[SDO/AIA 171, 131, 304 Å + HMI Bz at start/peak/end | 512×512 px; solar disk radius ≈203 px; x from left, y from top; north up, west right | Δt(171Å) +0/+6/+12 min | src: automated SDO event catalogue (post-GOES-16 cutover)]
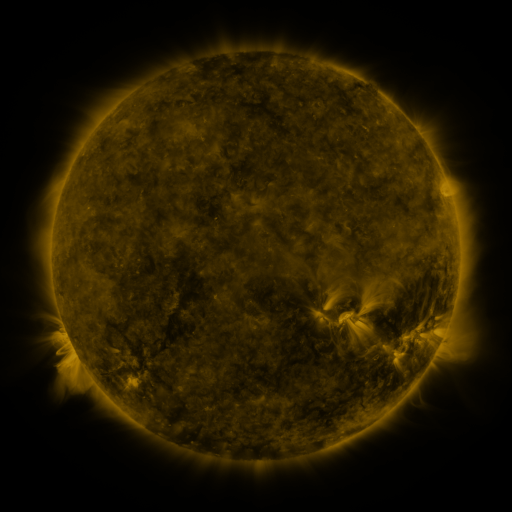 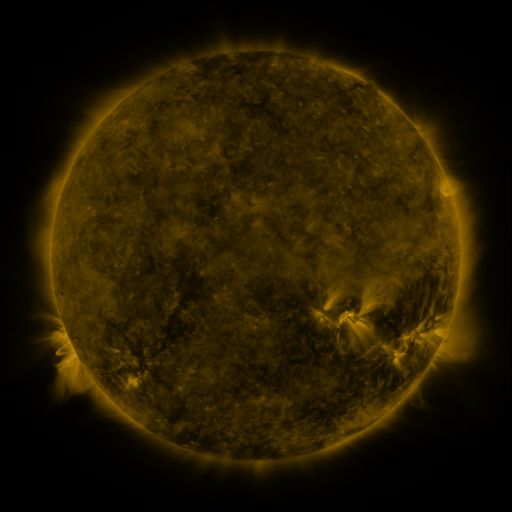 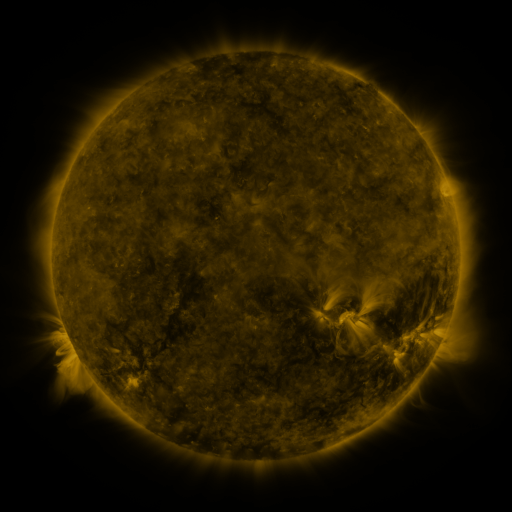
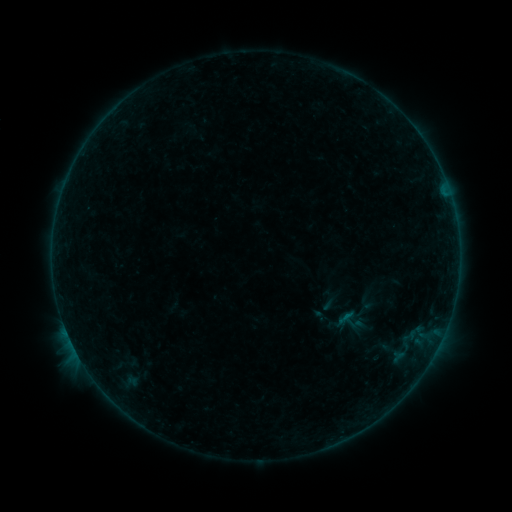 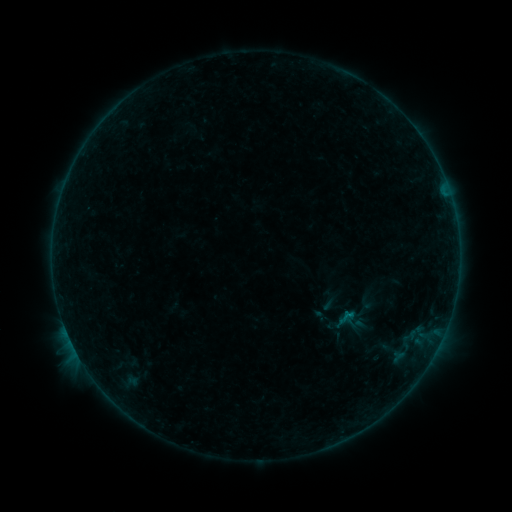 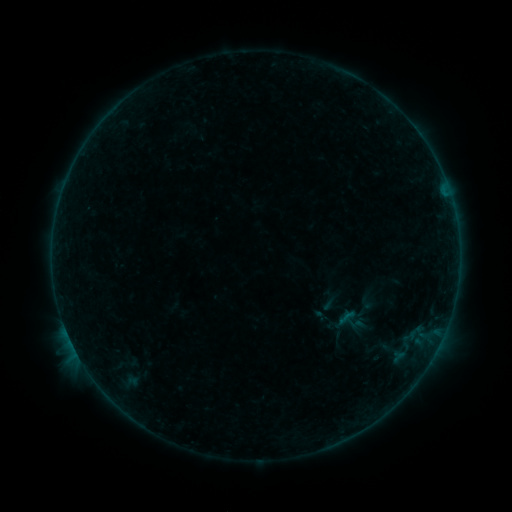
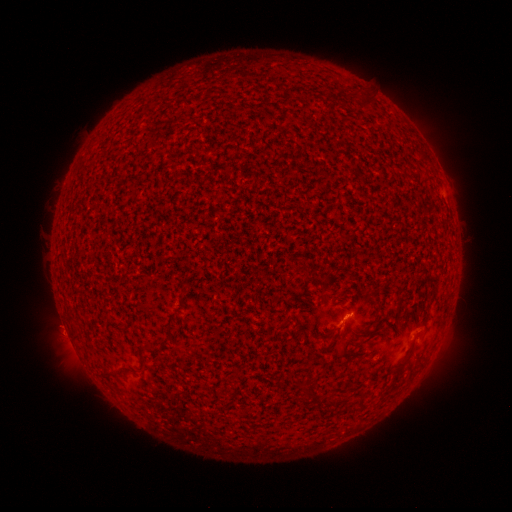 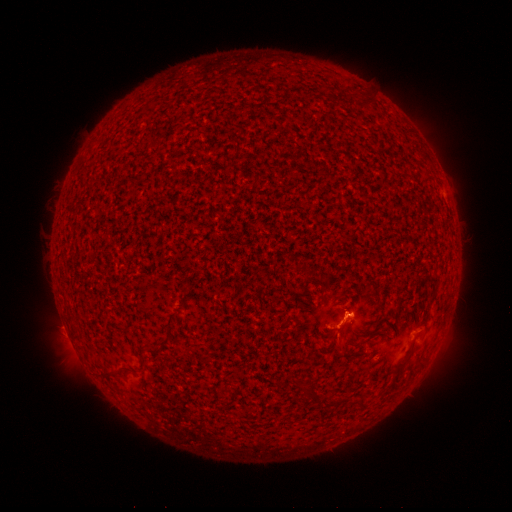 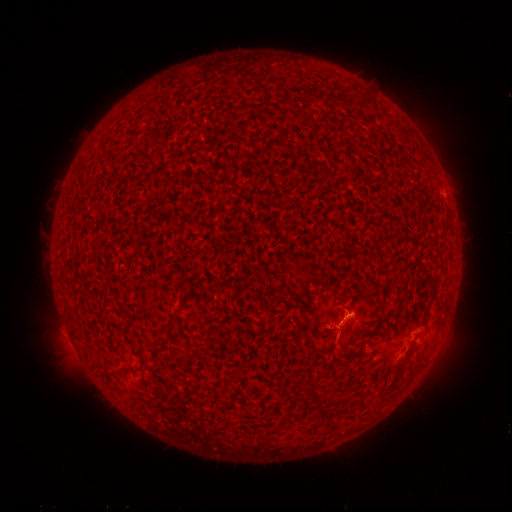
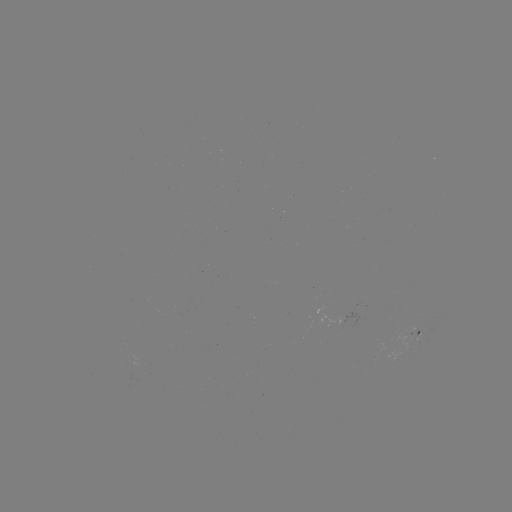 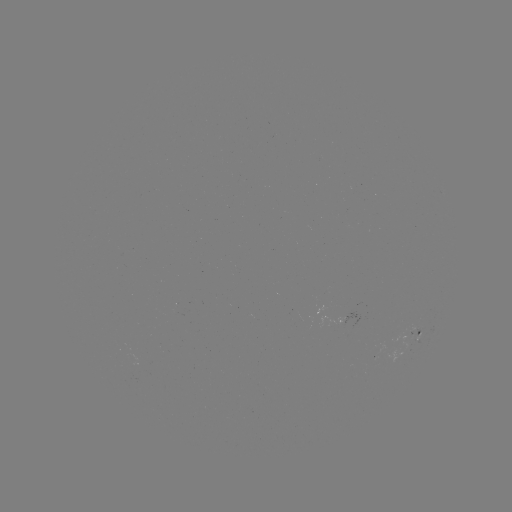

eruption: <bbox>322, 299, 370, 368</bbox>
